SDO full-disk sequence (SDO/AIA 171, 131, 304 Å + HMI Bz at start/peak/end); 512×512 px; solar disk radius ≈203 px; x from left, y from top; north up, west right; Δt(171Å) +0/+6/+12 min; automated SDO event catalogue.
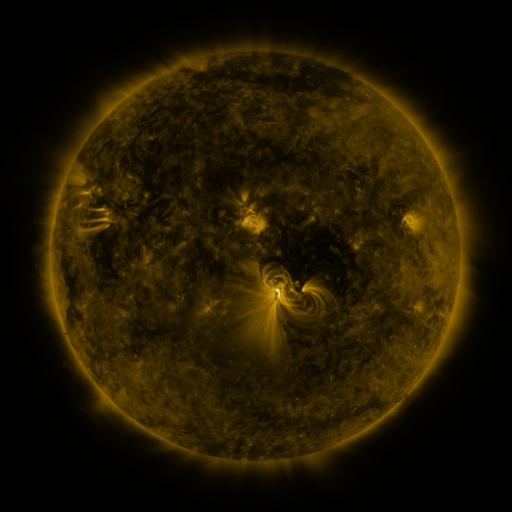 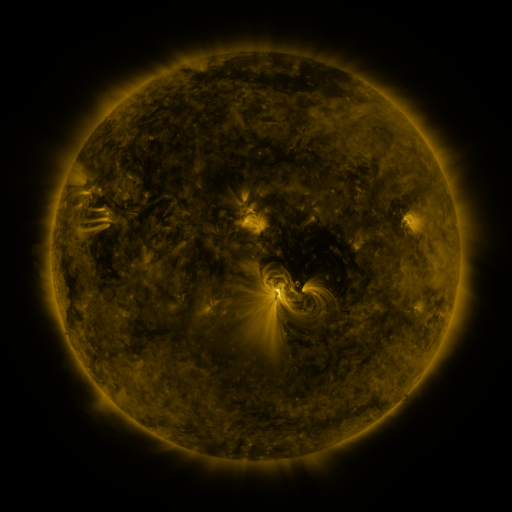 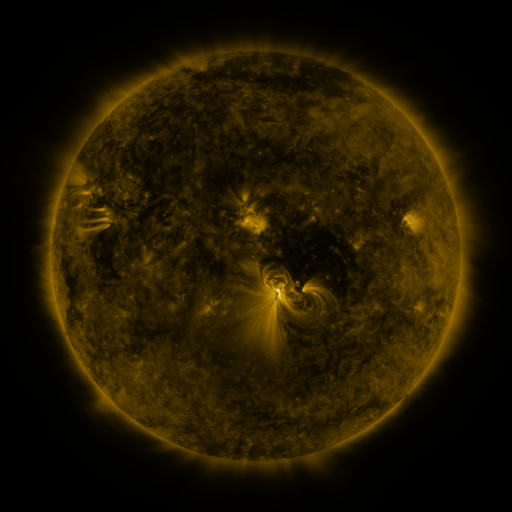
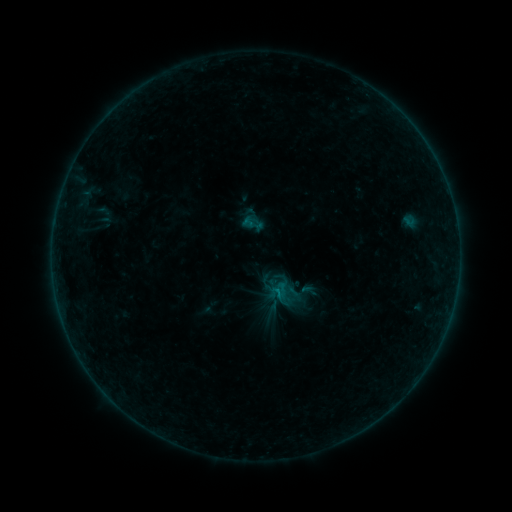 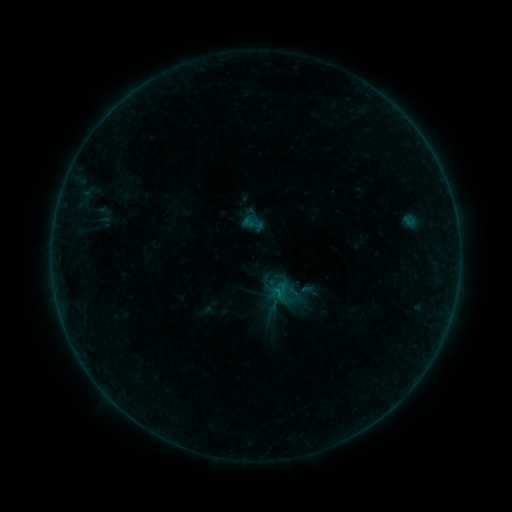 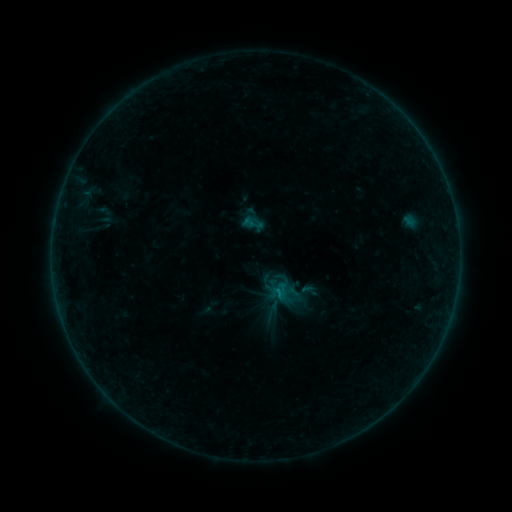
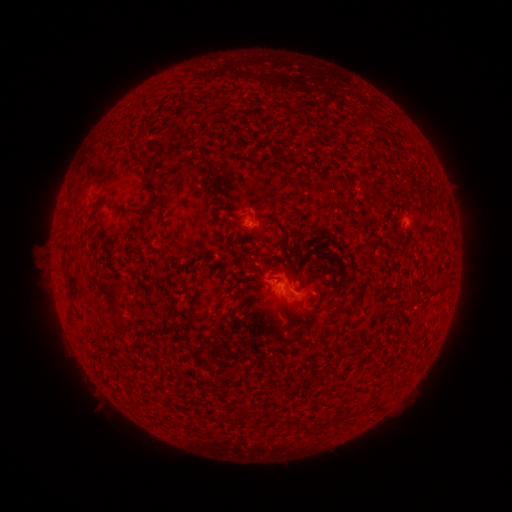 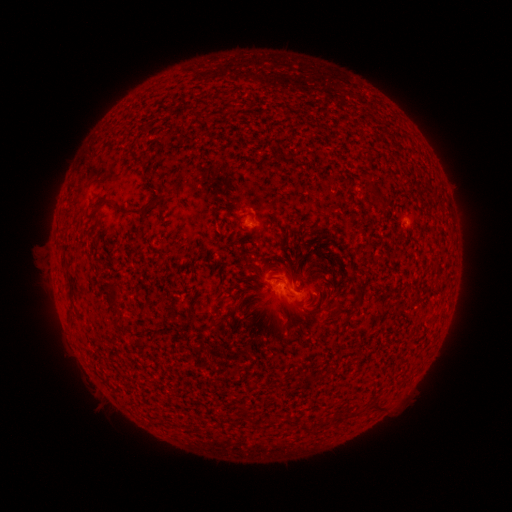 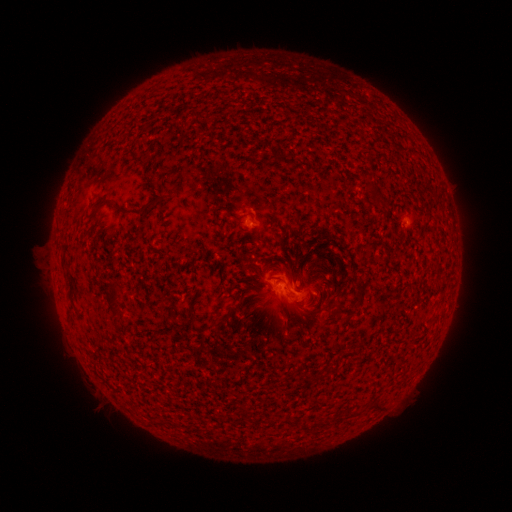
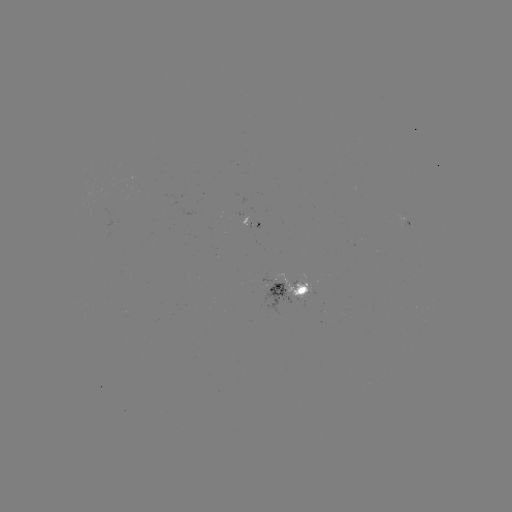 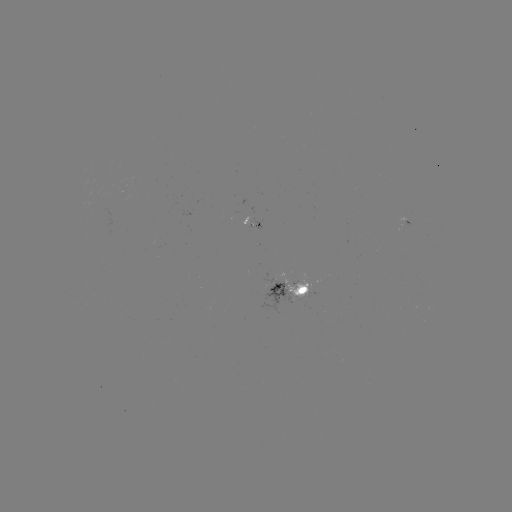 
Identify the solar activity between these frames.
no flare in any classed list; no EUV-trigger detection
